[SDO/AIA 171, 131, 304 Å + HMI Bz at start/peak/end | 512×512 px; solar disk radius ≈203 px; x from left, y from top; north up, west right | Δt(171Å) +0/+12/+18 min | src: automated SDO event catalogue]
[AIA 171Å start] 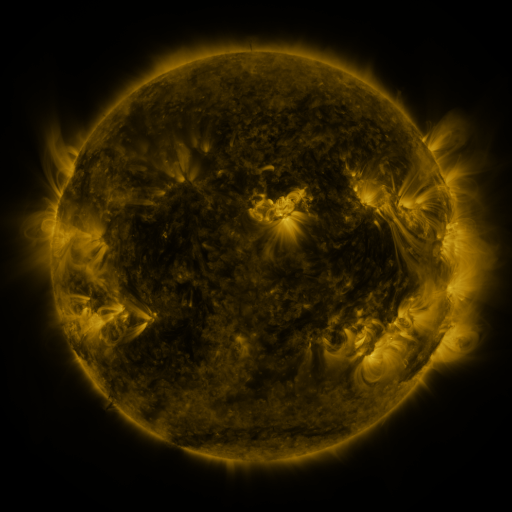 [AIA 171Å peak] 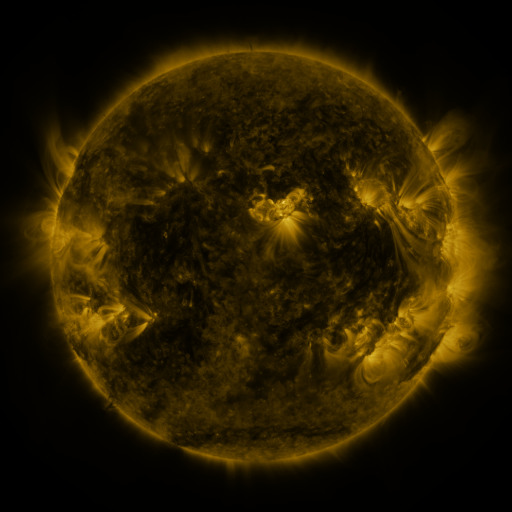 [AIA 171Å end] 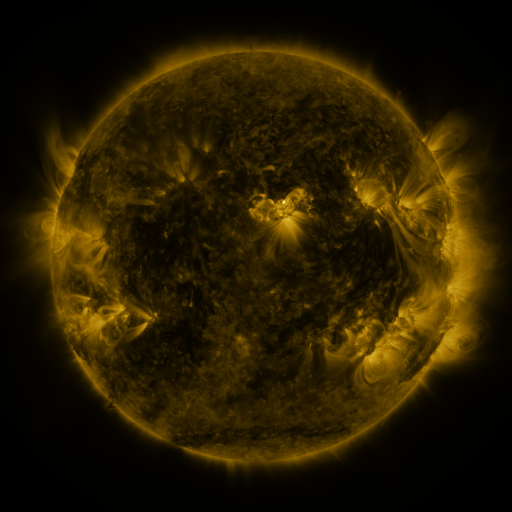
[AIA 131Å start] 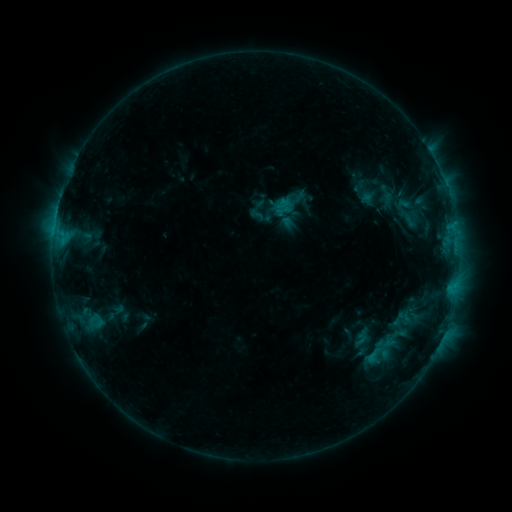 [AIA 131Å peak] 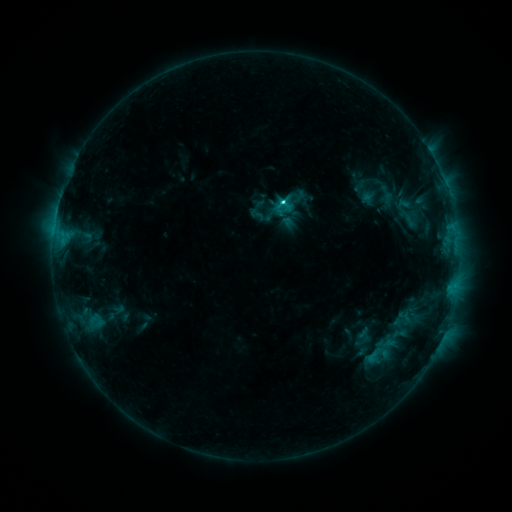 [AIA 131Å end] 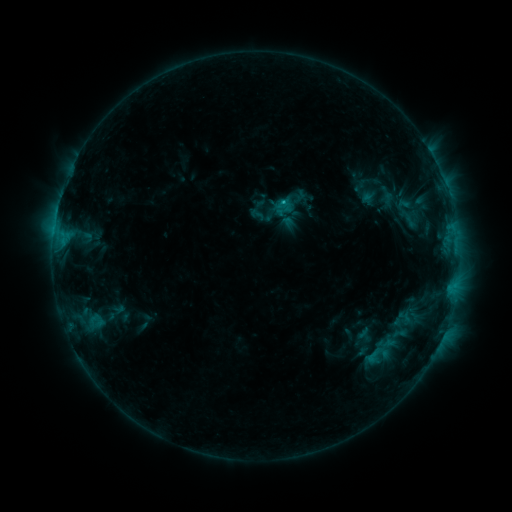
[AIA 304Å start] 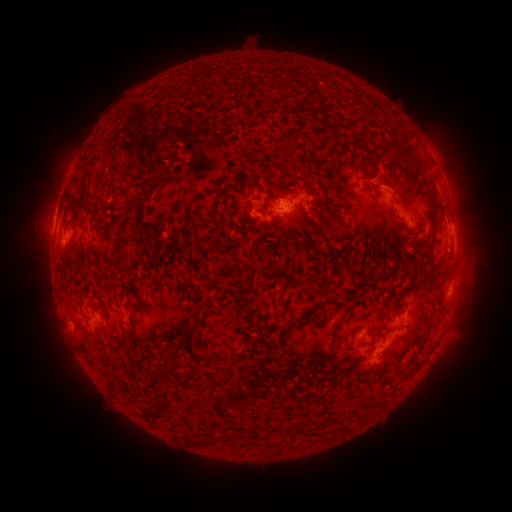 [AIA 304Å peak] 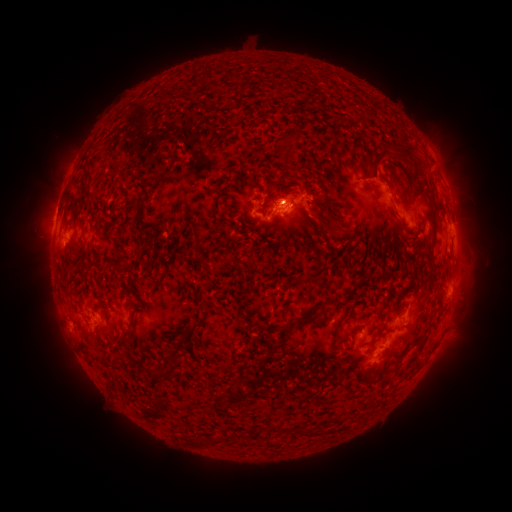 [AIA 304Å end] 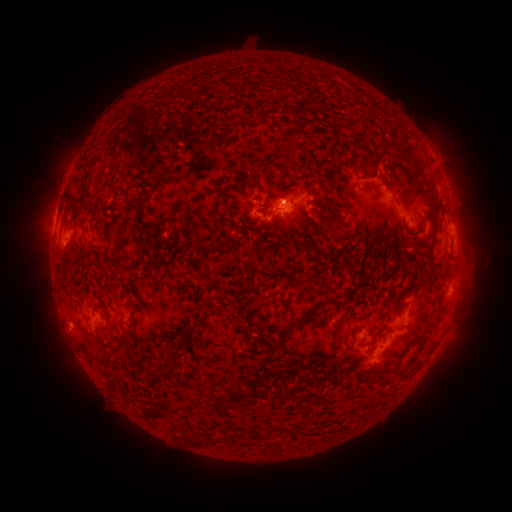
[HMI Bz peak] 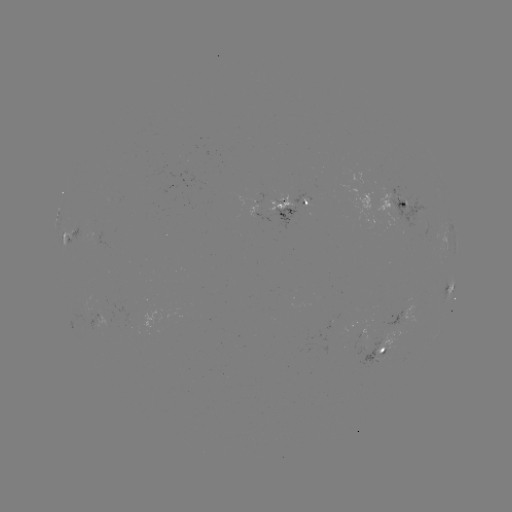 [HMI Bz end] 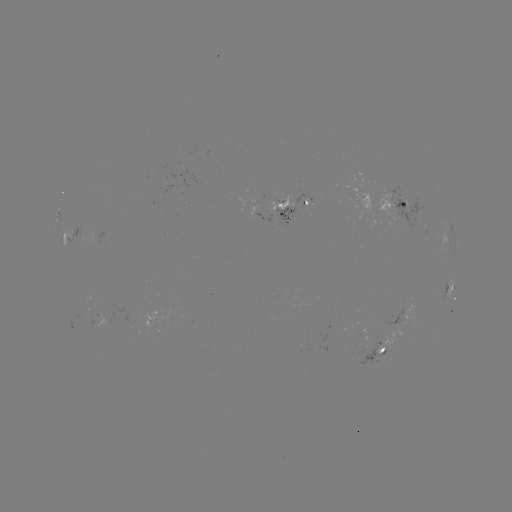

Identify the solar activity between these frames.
C2.7 flare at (280, 203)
